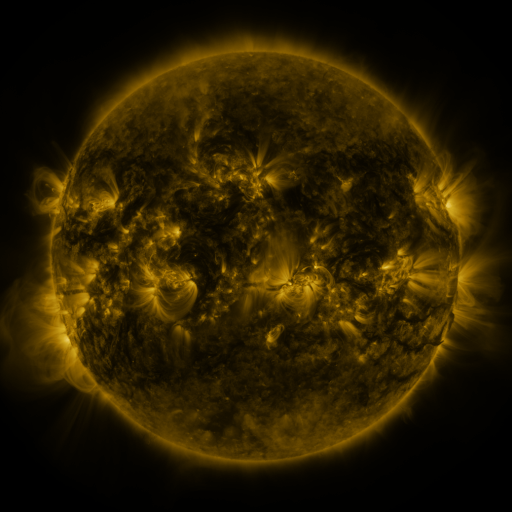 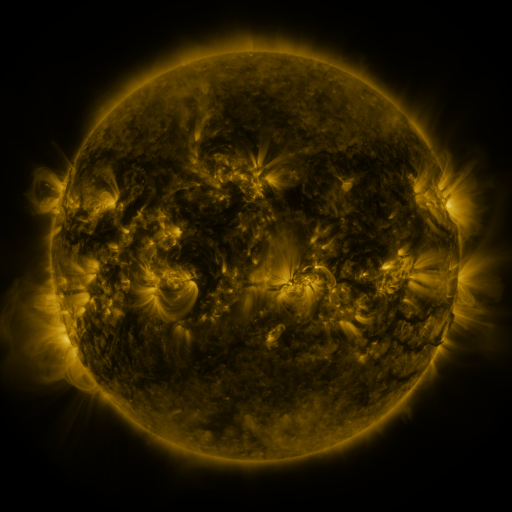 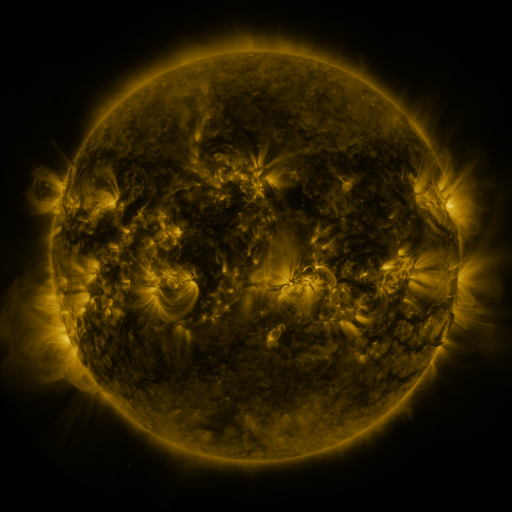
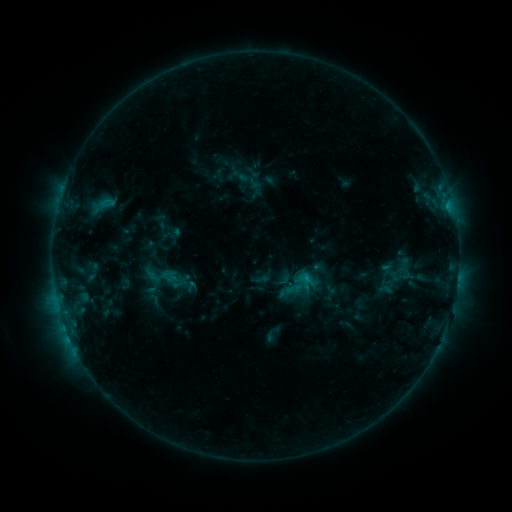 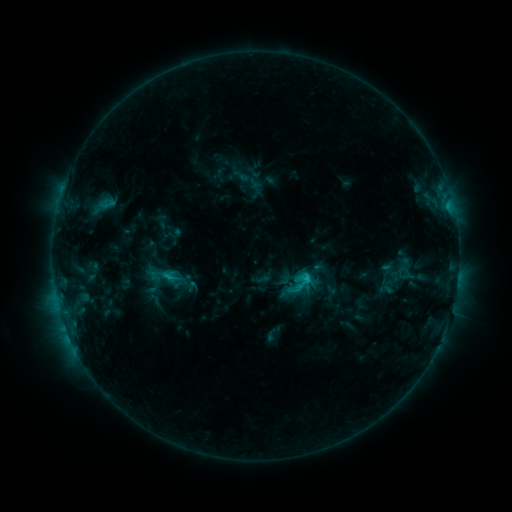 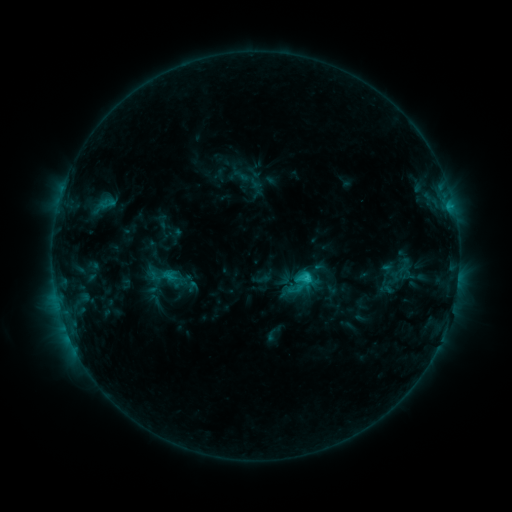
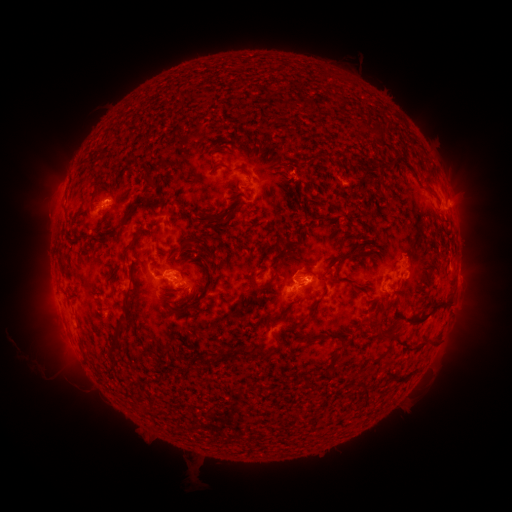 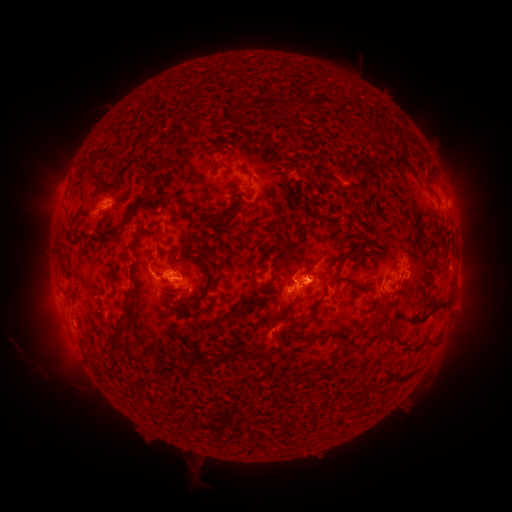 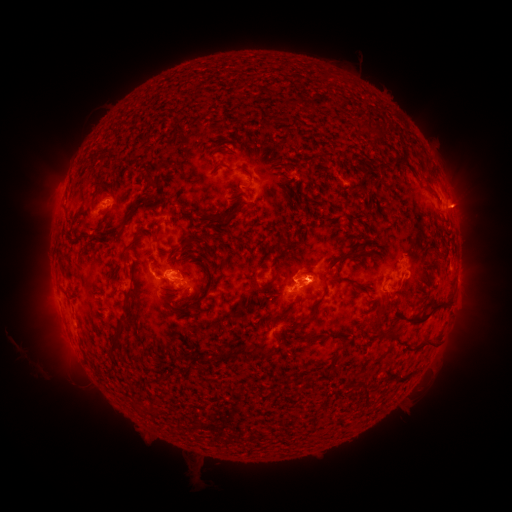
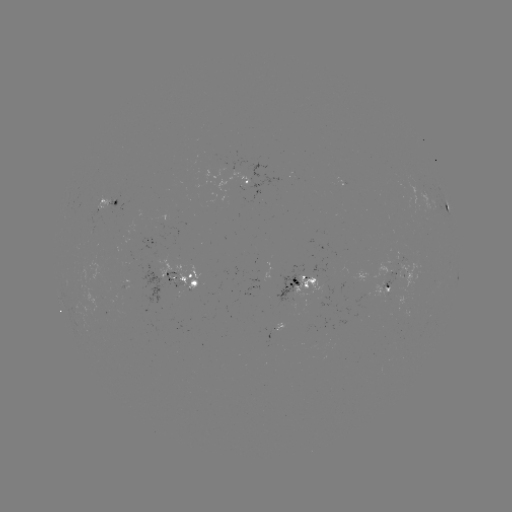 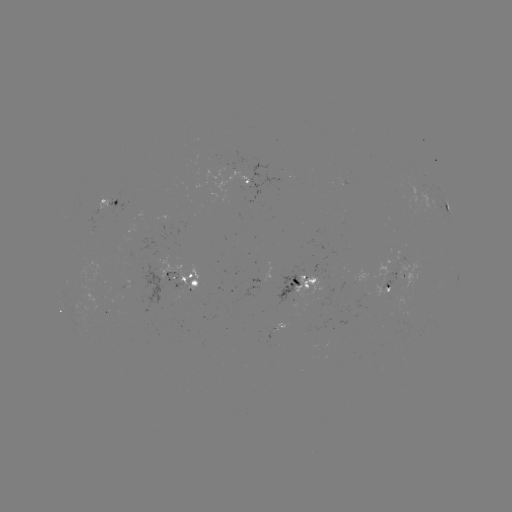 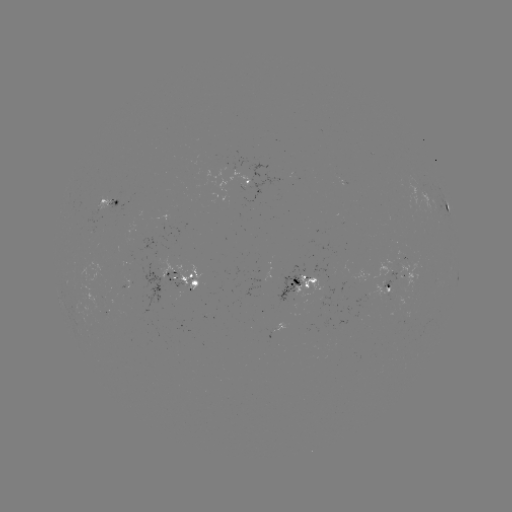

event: flare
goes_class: C2.2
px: (304, 278)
